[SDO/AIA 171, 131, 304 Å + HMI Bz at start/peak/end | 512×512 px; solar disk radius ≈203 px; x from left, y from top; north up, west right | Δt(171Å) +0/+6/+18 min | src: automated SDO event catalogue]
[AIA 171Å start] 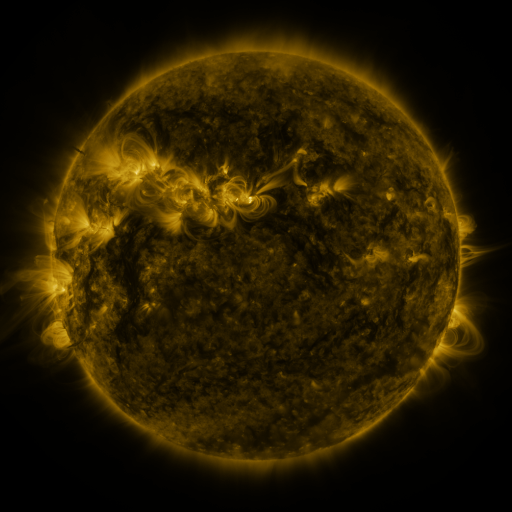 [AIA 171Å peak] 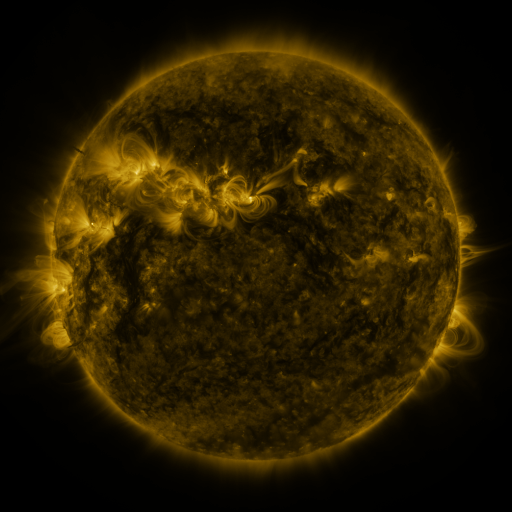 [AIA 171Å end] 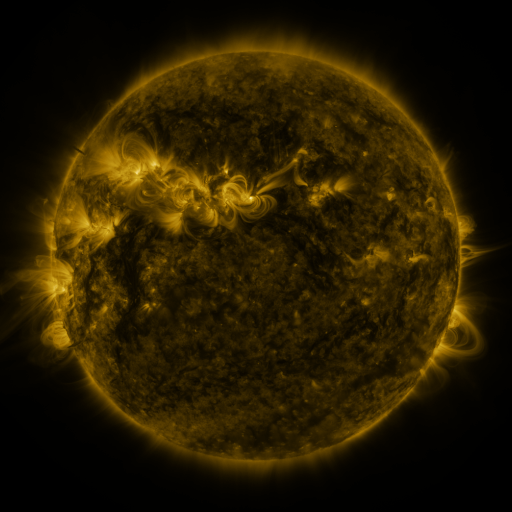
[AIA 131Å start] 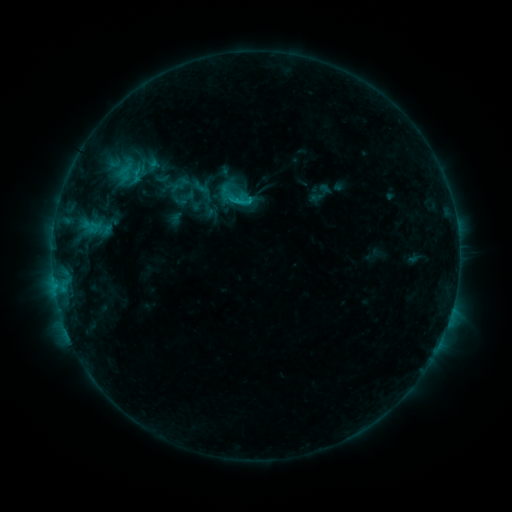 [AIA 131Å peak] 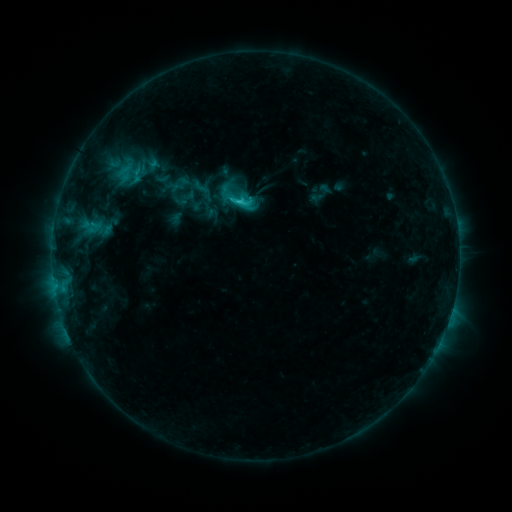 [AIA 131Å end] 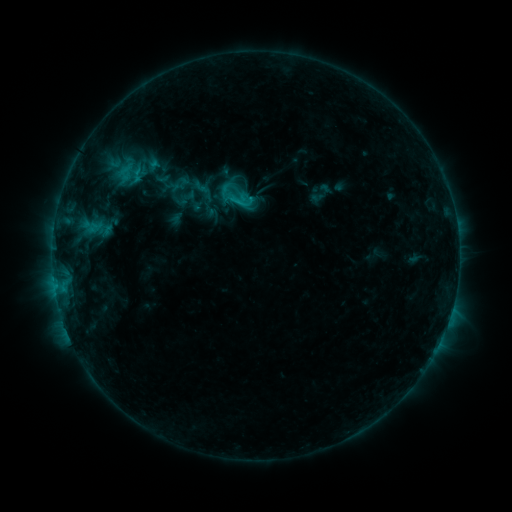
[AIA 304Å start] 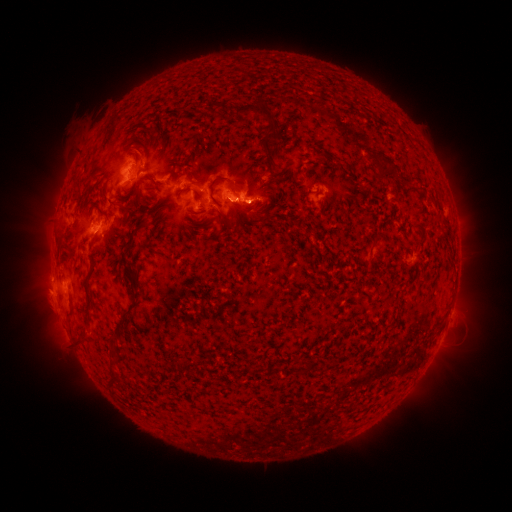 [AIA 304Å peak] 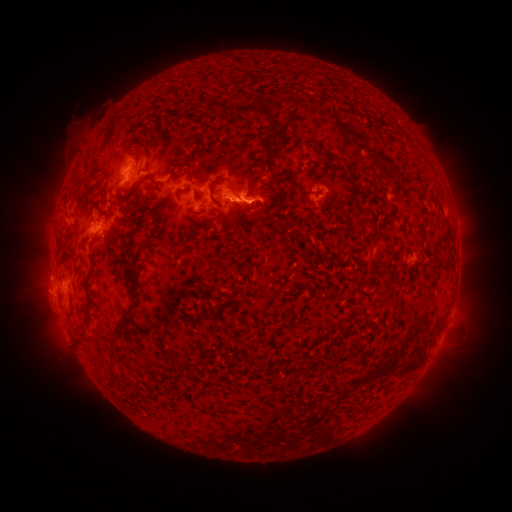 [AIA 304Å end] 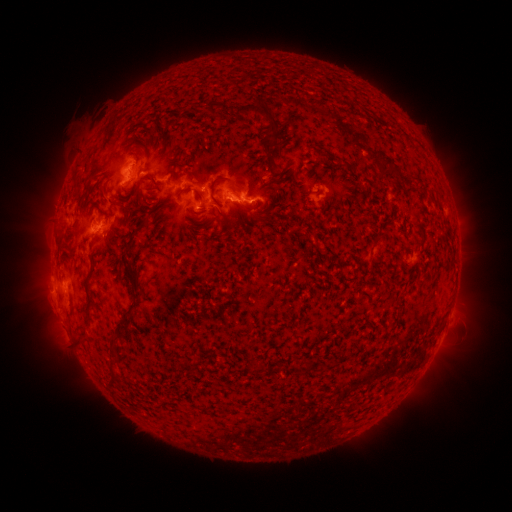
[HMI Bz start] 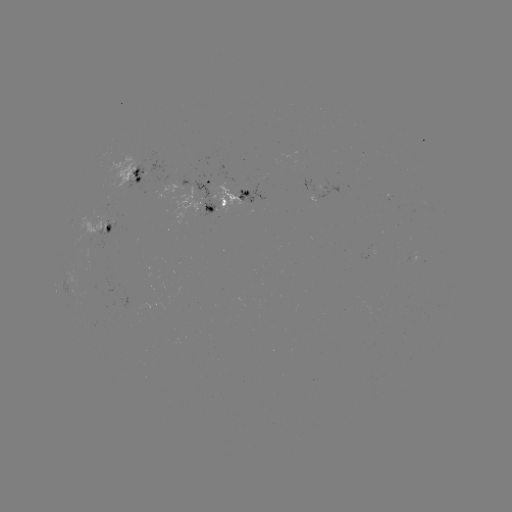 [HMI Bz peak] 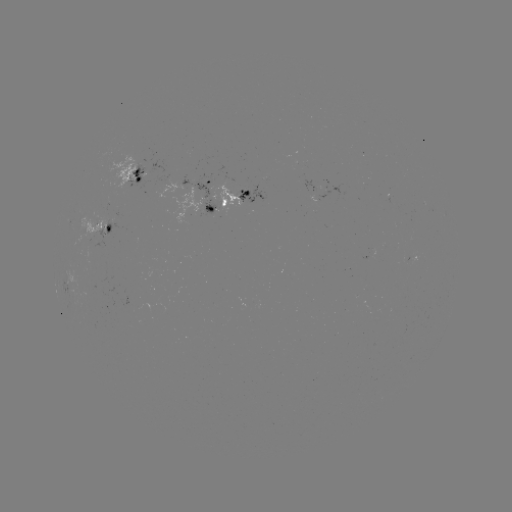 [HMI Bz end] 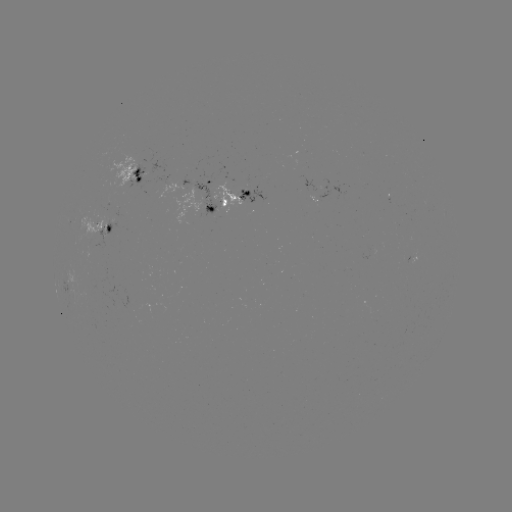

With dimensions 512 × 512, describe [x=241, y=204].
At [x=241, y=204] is C1.7 flare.